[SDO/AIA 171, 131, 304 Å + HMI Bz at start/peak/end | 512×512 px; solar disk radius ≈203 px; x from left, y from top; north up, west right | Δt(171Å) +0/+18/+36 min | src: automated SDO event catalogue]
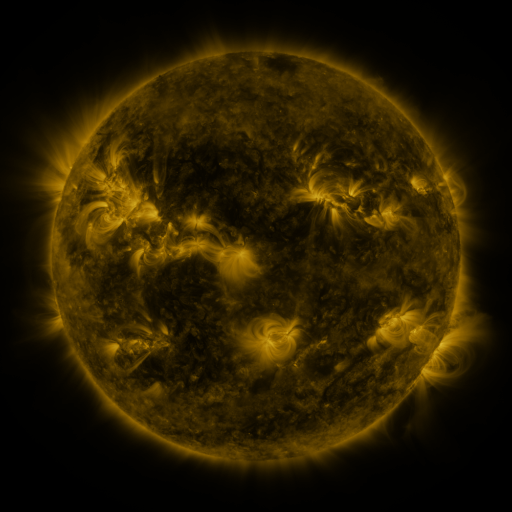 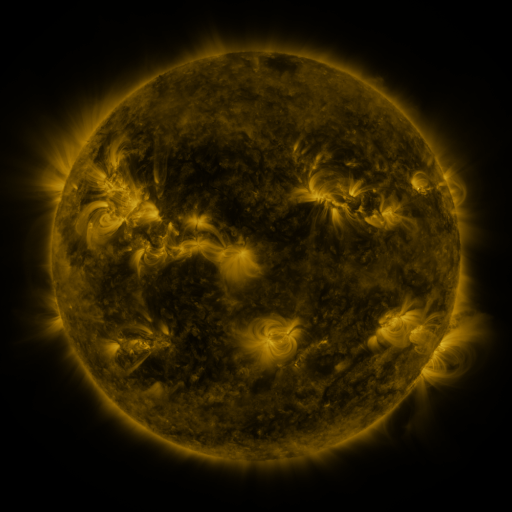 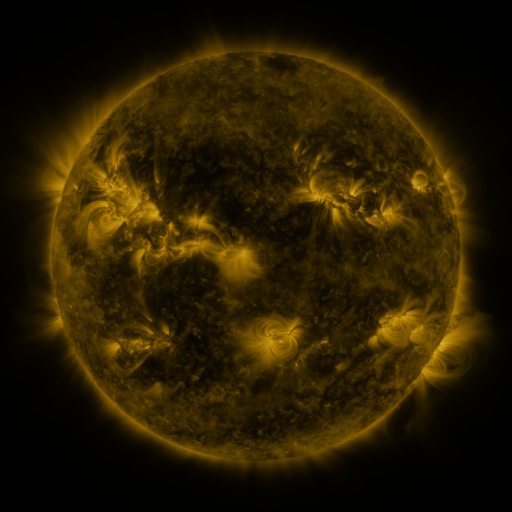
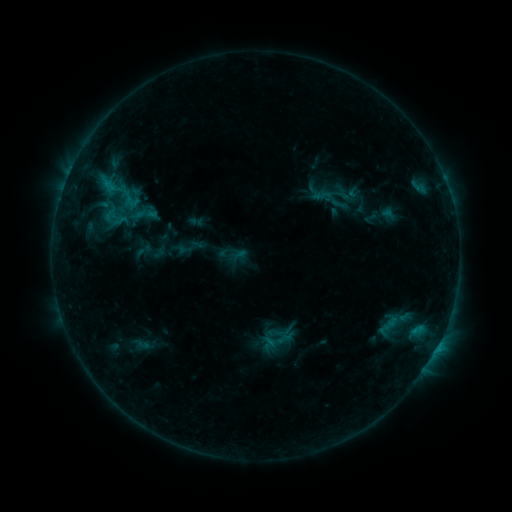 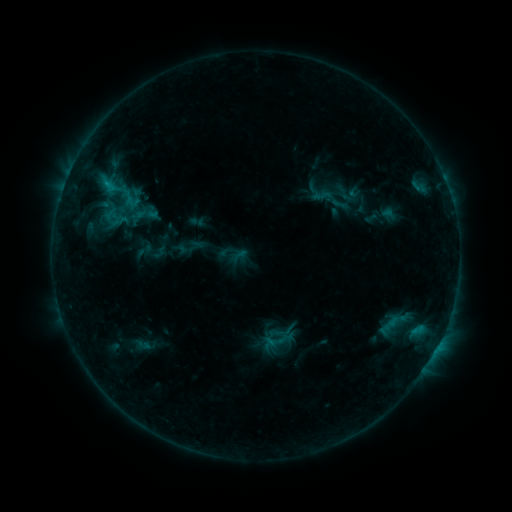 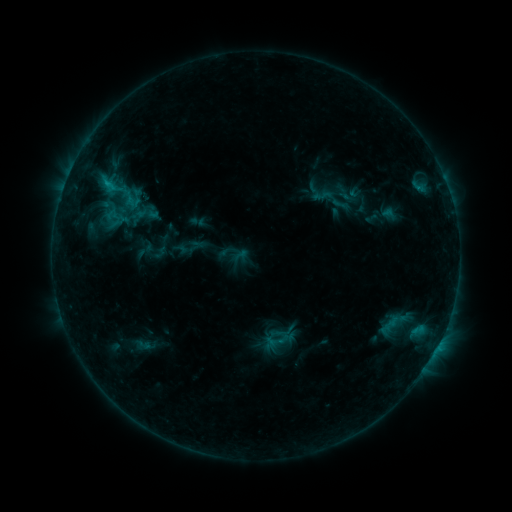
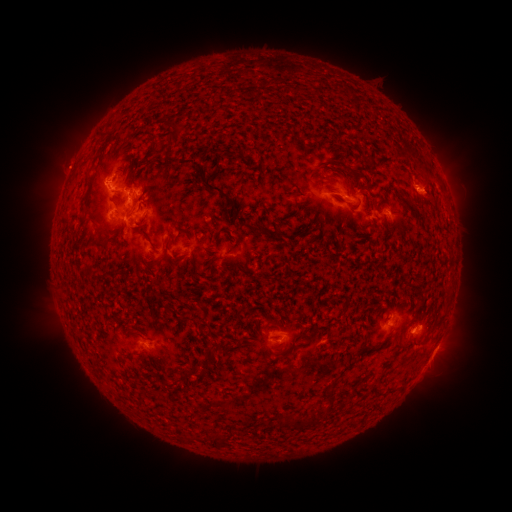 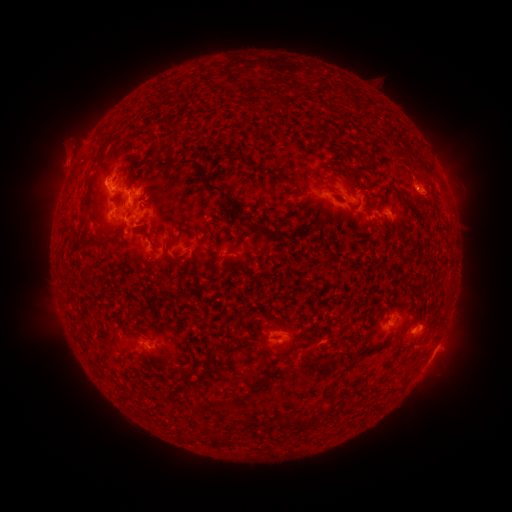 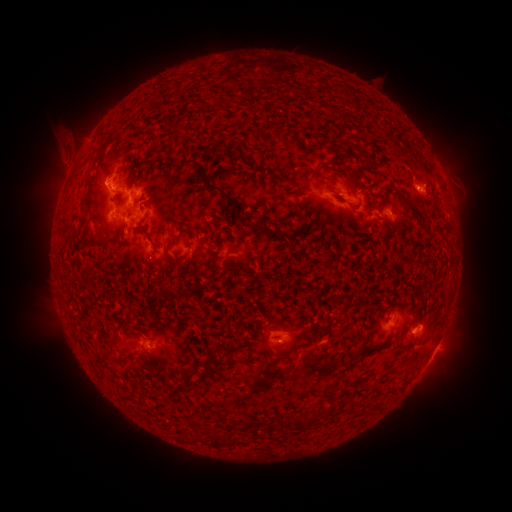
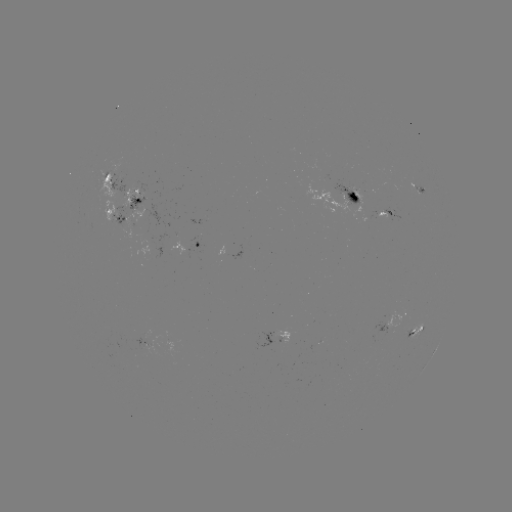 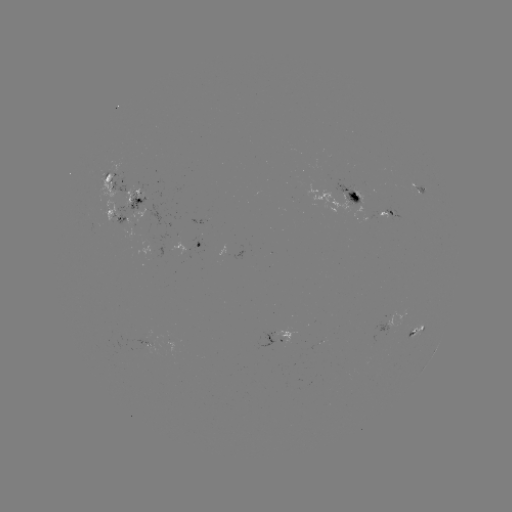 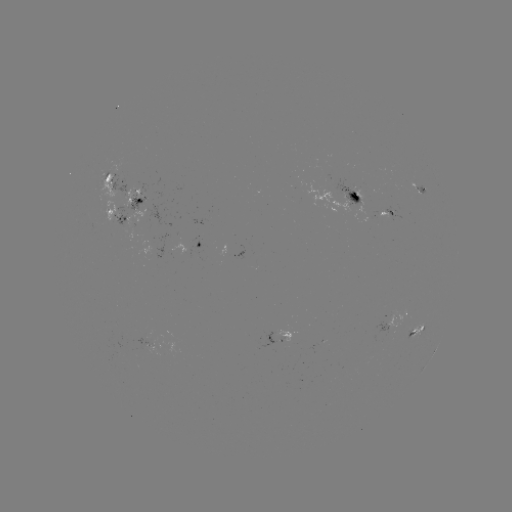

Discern eruption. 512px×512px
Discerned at [67, 152].